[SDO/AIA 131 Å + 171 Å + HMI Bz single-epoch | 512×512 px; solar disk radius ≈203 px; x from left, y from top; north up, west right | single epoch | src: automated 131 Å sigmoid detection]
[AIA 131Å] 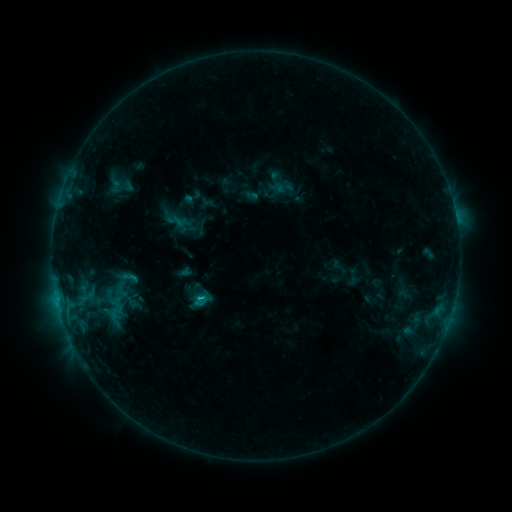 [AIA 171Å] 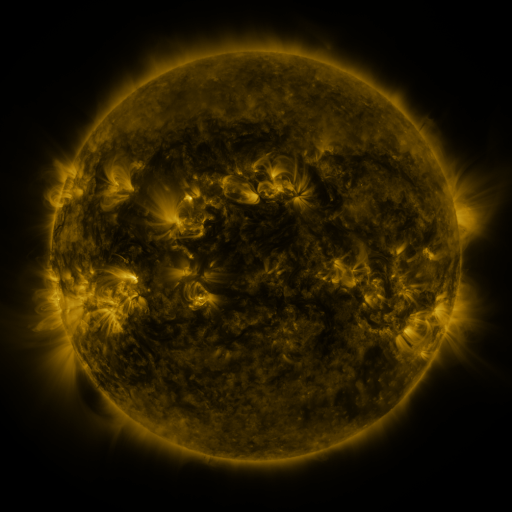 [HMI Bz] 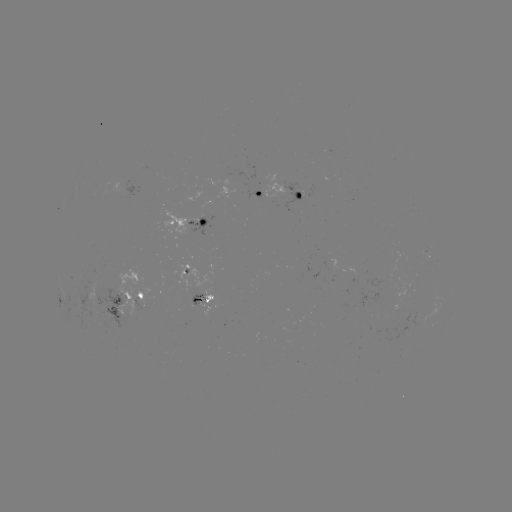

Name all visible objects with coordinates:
sigmoid: <bbox>116, 267, 141, 287</bbox>
